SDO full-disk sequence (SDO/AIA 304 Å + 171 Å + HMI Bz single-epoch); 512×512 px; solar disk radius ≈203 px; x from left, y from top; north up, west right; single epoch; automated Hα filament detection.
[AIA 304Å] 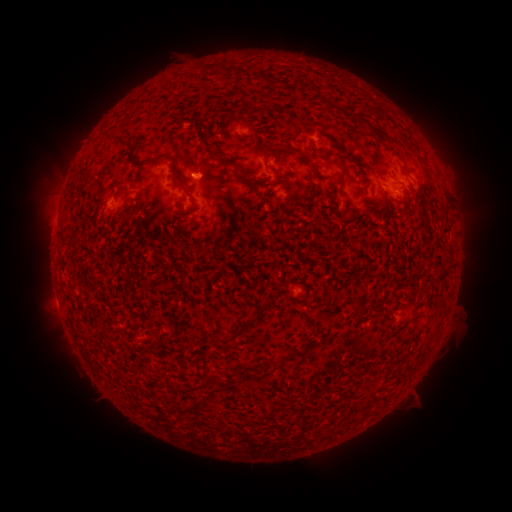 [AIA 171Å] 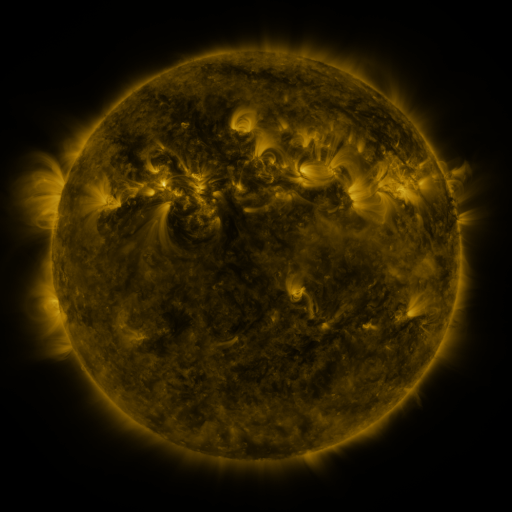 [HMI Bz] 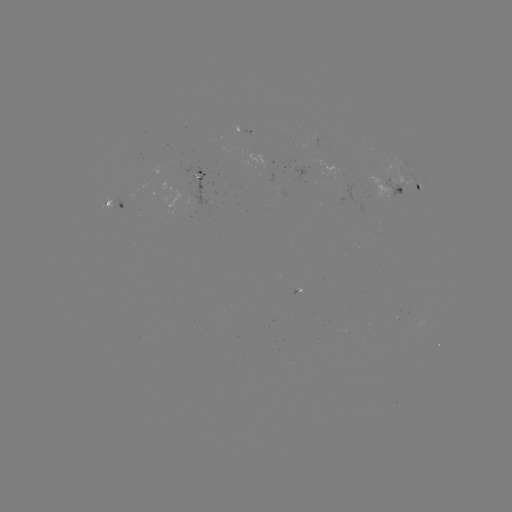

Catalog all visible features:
filament: (380, 132)
filament: (341, 149)
filament: (217, 152)
filament: (166, 154)
filament: (241, 172)
filament: (344, 176)
filament: (181, 182)
filament: (130, 212)
filament: (371, 309)
filament: (244, 327)
filament: (292, 358)
filament: (267, 363)
